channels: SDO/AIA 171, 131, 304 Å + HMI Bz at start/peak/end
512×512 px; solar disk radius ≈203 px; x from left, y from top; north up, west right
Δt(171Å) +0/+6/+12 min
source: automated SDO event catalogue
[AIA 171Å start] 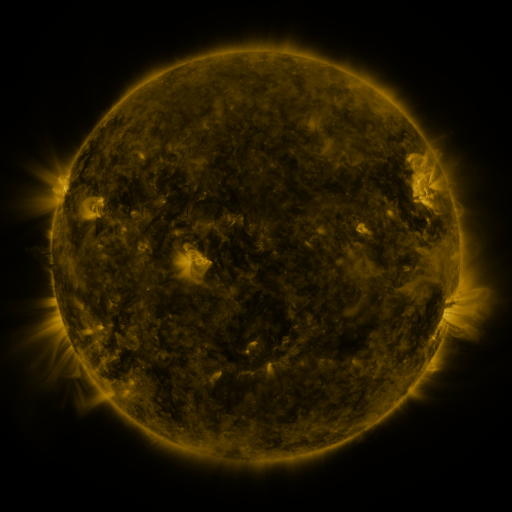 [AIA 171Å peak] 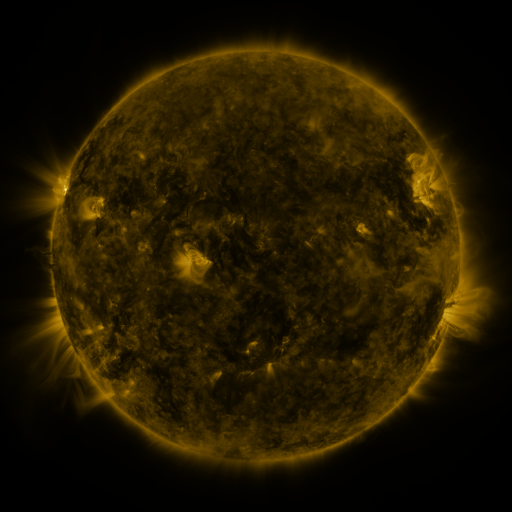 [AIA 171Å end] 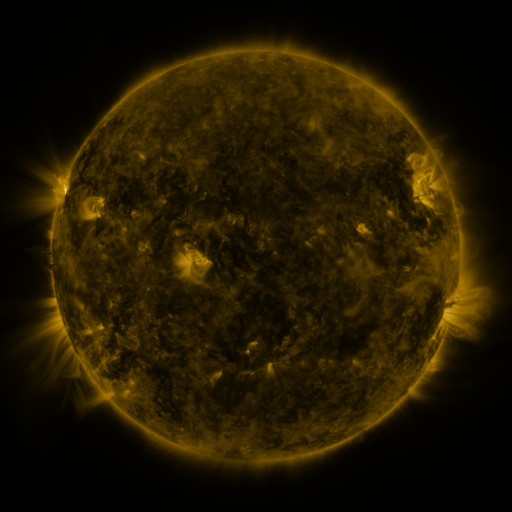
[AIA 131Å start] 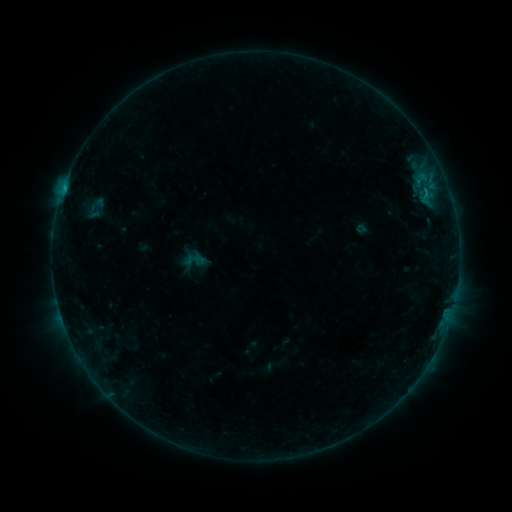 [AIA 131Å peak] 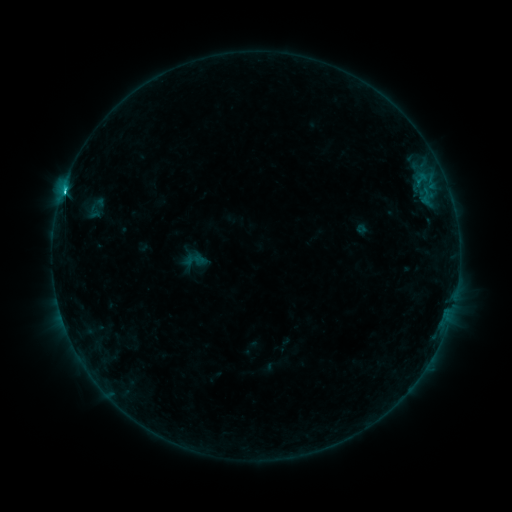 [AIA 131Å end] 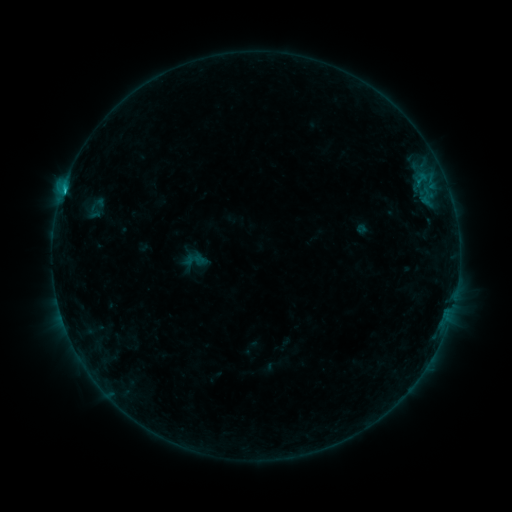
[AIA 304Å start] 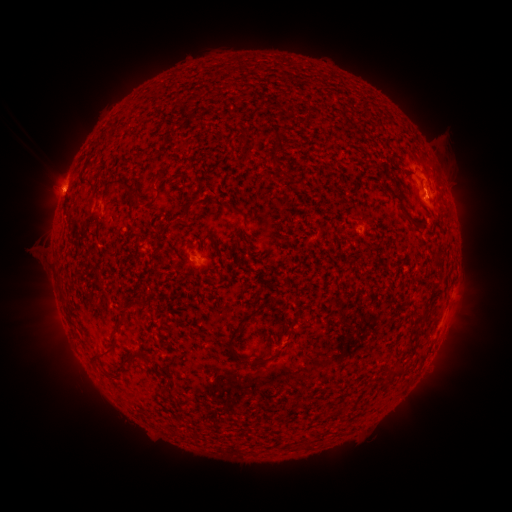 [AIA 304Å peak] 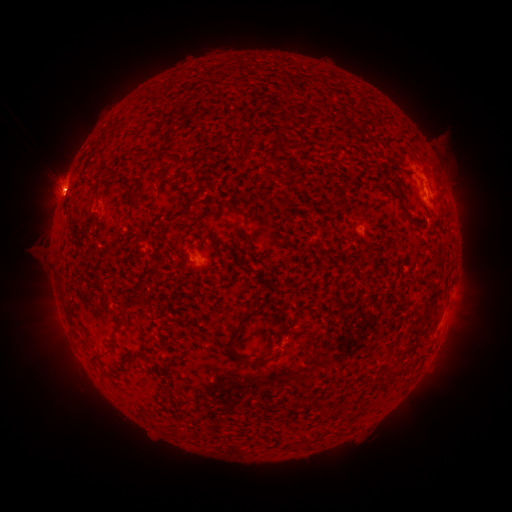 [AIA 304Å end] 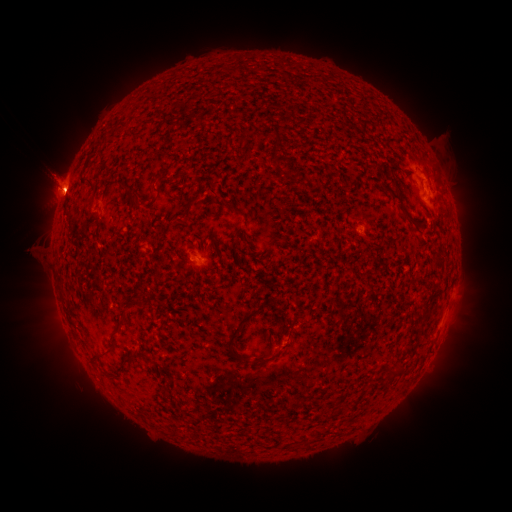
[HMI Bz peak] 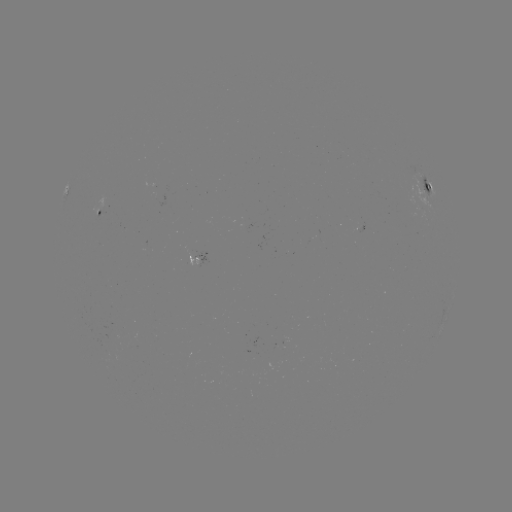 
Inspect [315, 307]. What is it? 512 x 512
C1.9 flare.